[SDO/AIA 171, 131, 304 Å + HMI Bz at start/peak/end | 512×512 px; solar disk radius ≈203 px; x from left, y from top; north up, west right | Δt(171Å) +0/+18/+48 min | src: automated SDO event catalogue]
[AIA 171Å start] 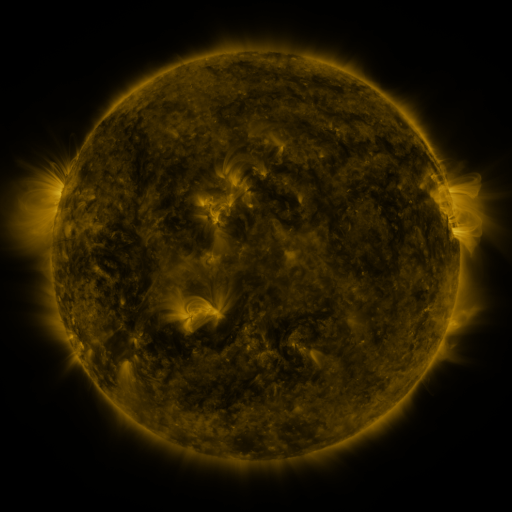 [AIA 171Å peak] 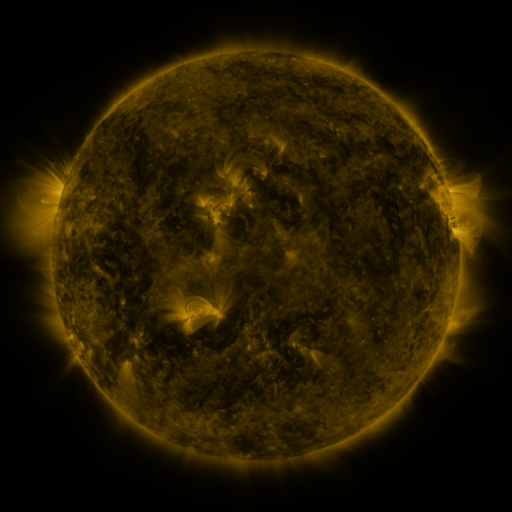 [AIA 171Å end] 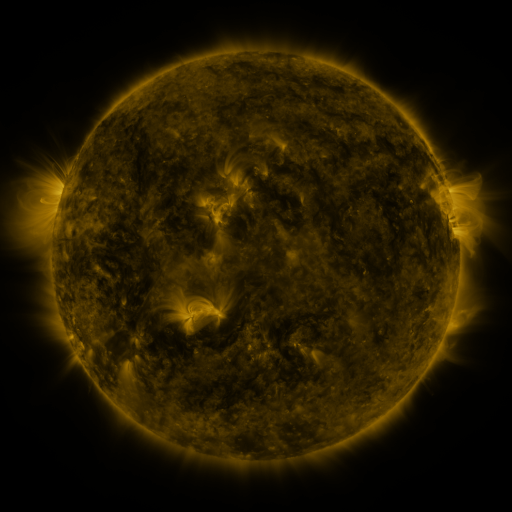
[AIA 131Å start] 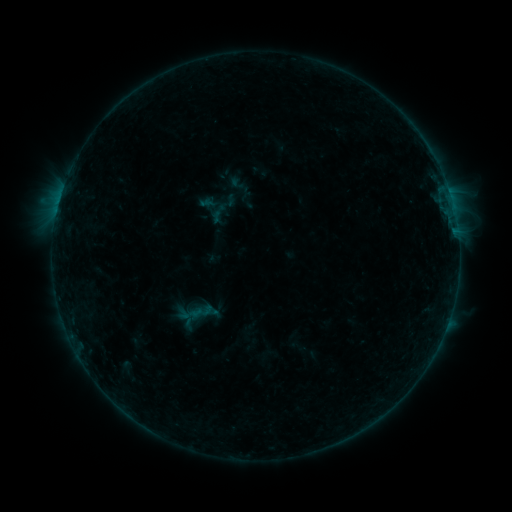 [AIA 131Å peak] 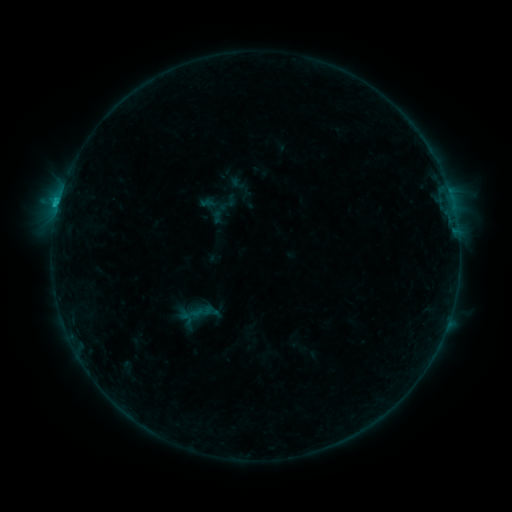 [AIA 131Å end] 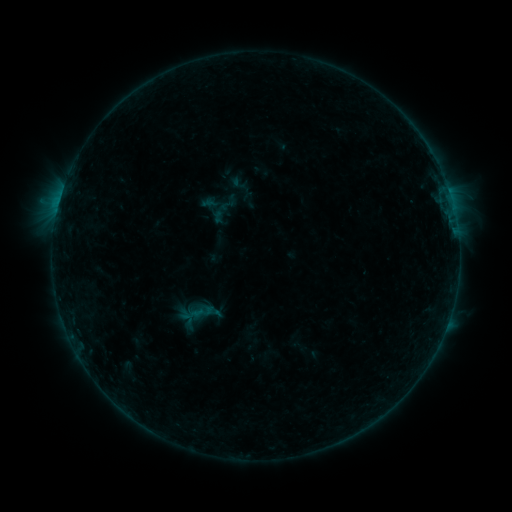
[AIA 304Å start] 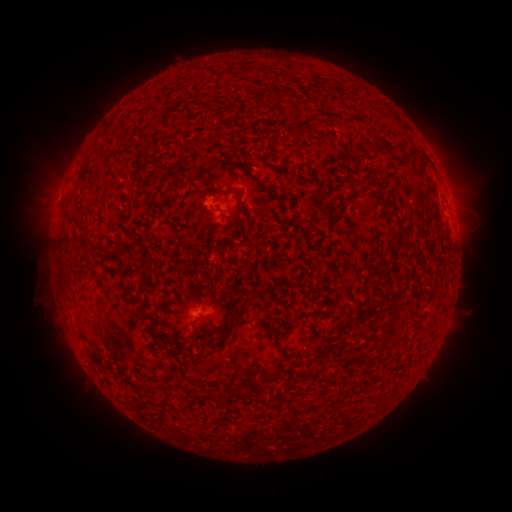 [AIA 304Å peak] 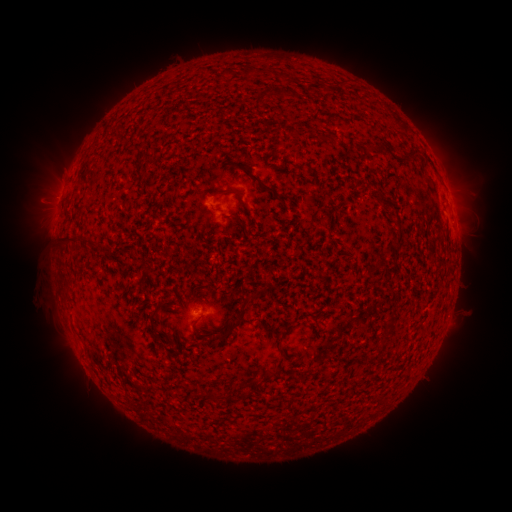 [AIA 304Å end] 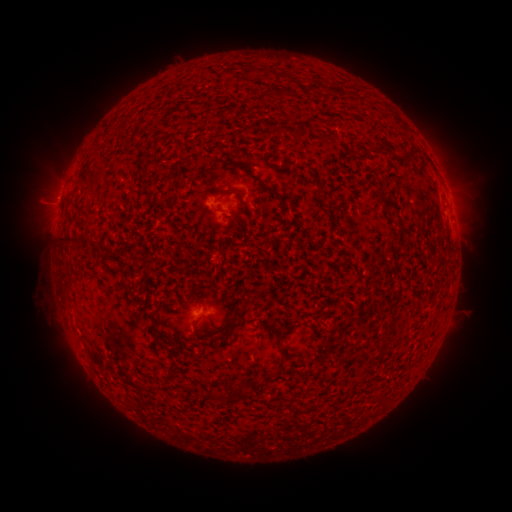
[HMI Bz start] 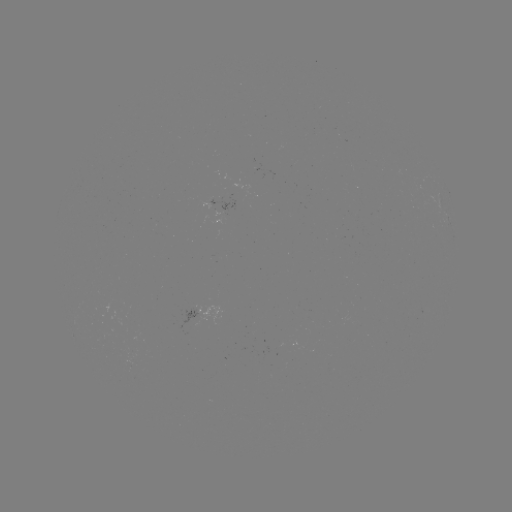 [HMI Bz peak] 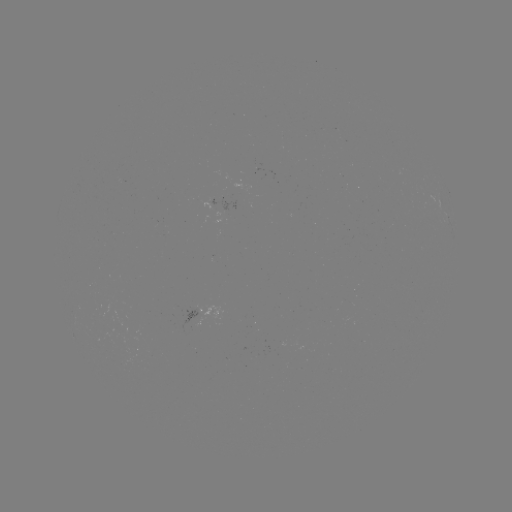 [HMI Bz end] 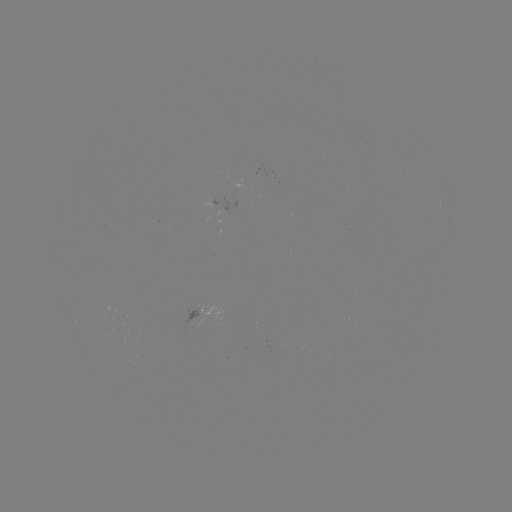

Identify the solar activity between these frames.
B8.7 flare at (58, 206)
